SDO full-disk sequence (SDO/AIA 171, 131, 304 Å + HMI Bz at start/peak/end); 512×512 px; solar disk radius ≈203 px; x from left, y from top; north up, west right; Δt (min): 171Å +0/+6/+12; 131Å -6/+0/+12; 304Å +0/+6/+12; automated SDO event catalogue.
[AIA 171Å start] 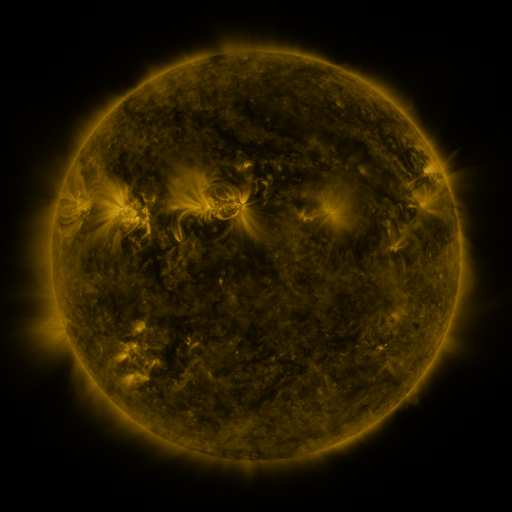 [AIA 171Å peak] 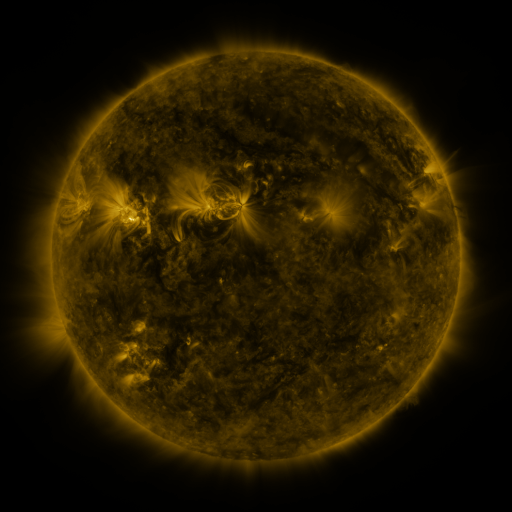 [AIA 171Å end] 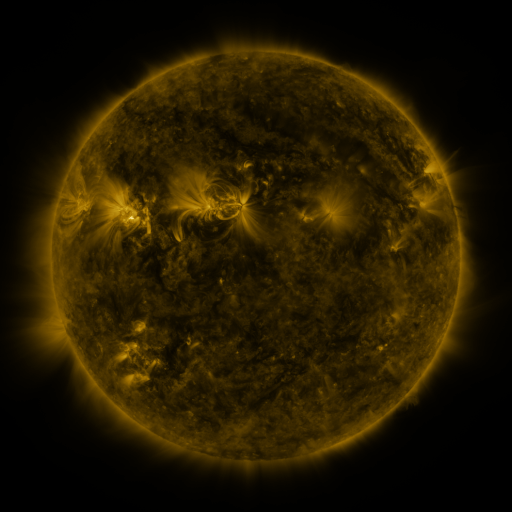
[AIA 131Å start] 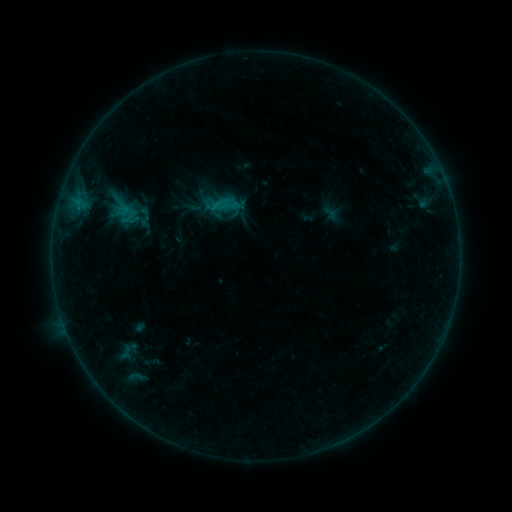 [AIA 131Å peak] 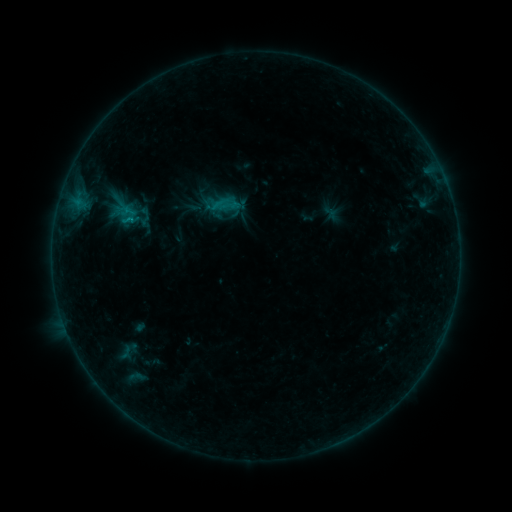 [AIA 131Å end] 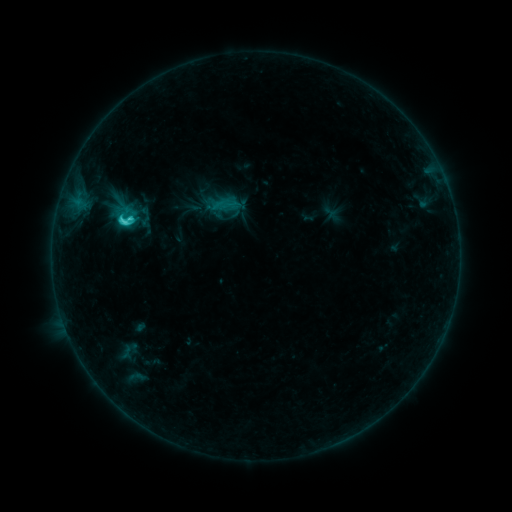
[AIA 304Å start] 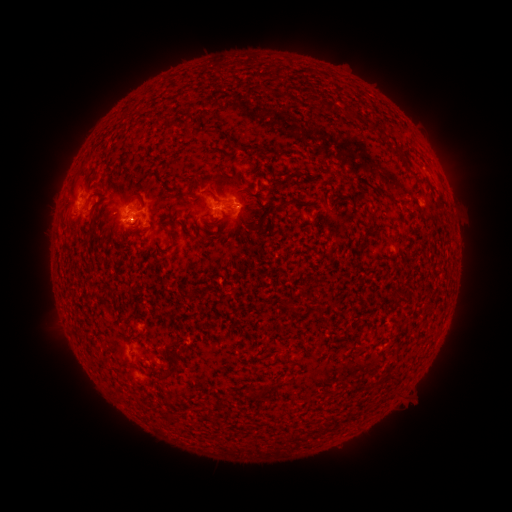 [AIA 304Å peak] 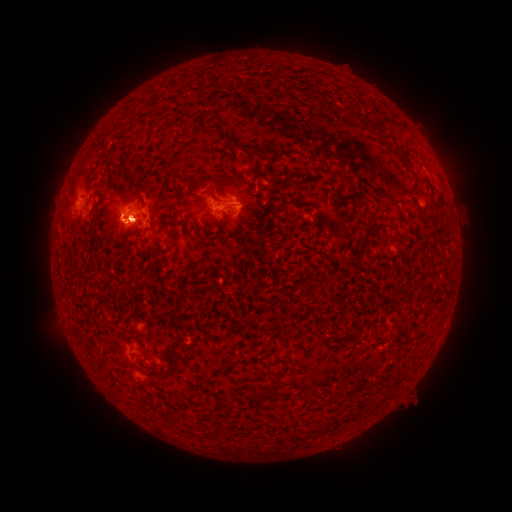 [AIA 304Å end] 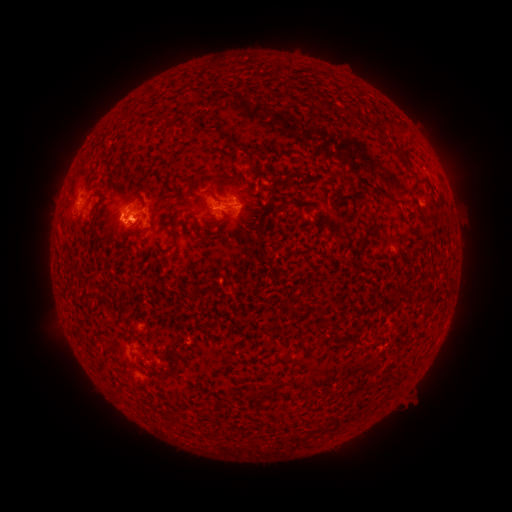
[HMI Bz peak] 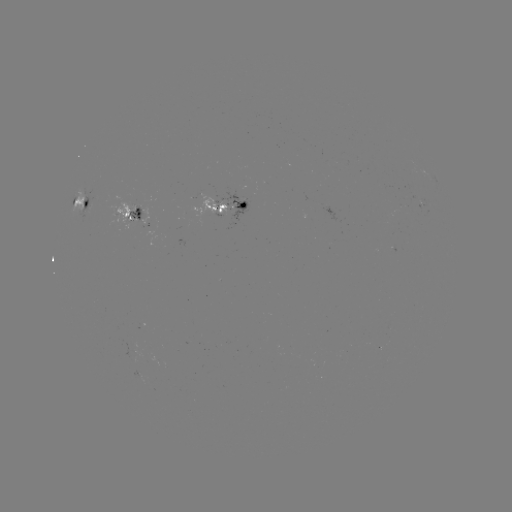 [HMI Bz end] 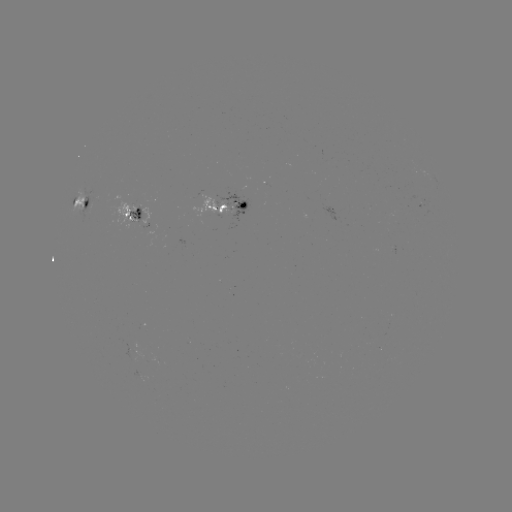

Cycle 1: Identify eruption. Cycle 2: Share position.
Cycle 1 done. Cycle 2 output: [57, 190].